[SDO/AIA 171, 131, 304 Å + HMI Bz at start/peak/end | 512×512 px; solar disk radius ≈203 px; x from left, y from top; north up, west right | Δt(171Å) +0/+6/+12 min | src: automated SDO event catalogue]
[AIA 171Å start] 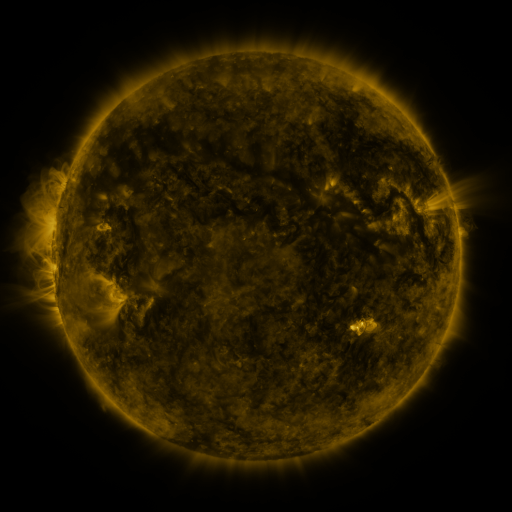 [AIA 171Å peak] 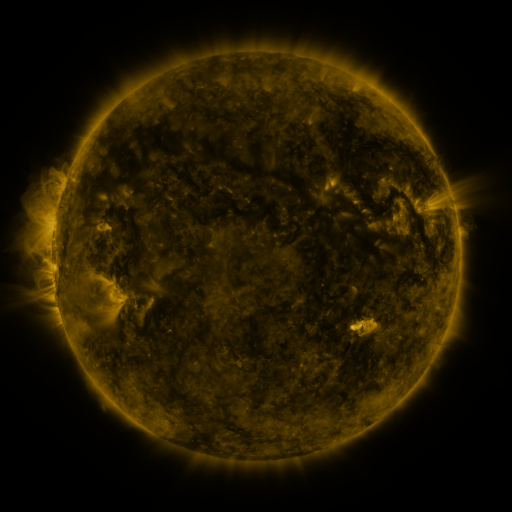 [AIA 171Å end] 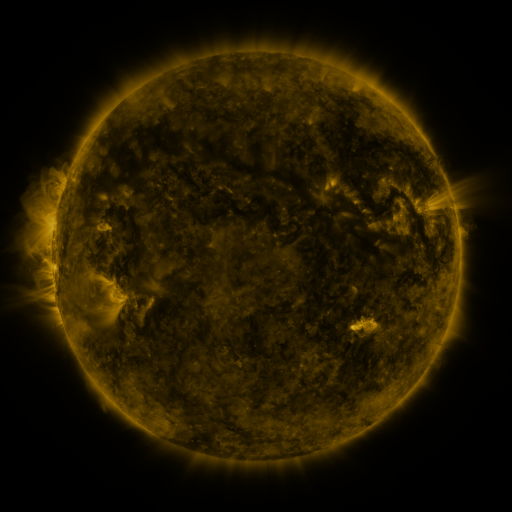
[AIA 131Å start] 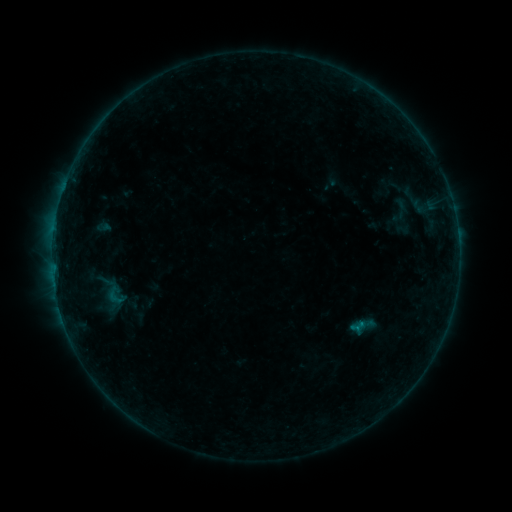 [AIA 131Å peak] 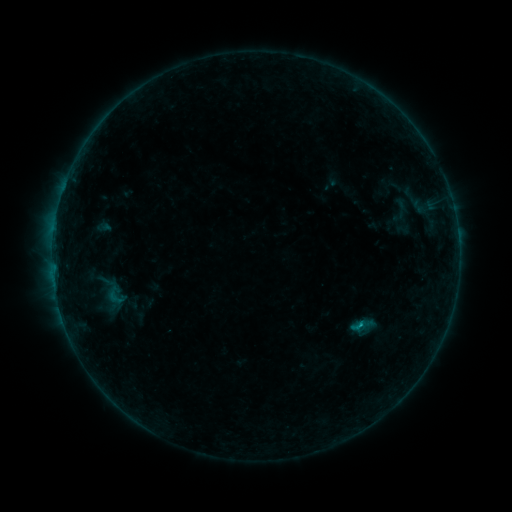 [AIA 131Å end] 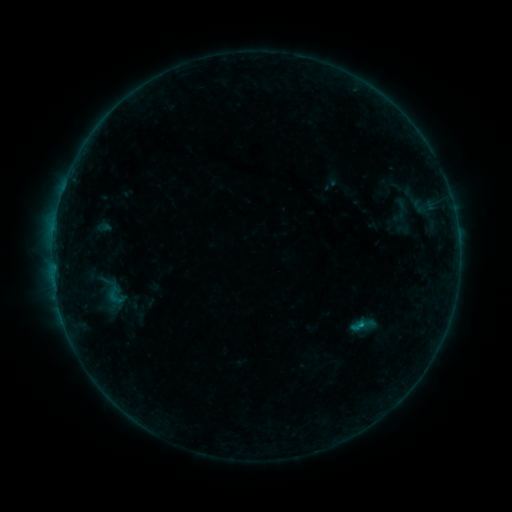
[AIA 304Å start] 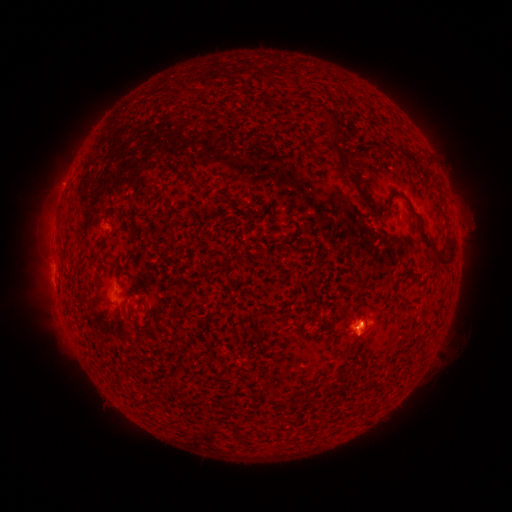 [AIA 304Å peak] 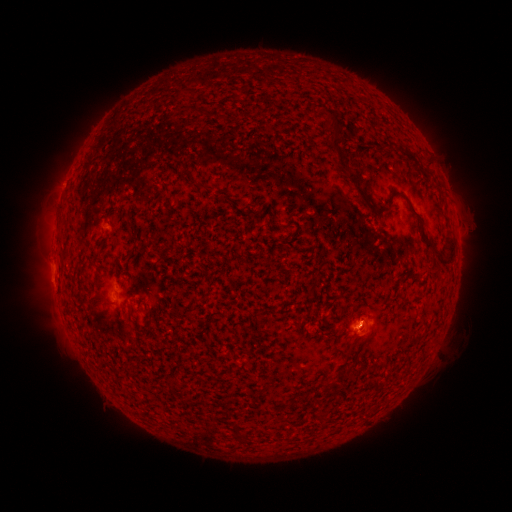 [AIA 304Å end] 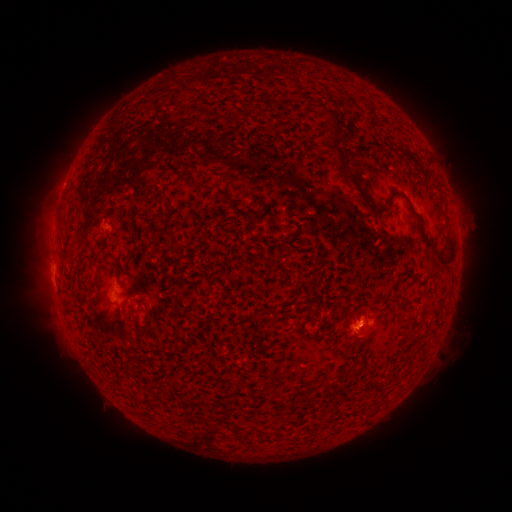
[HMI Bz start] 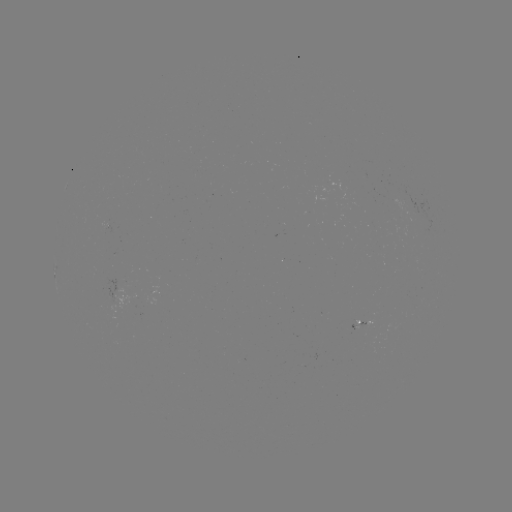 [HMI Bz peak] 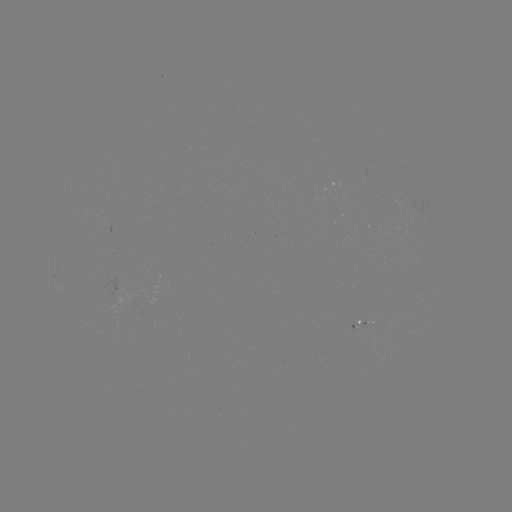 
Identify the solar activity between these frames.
B3.9 flare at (359, 322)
